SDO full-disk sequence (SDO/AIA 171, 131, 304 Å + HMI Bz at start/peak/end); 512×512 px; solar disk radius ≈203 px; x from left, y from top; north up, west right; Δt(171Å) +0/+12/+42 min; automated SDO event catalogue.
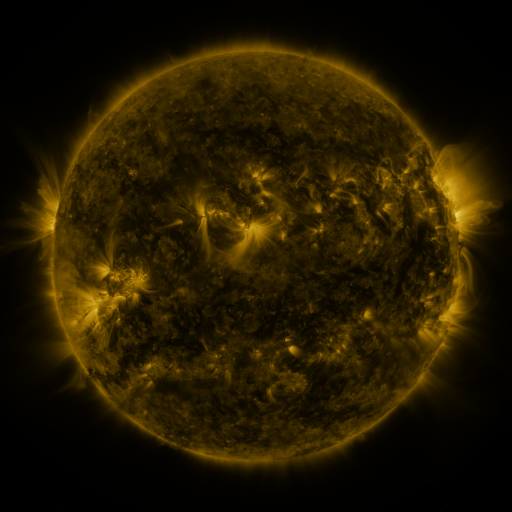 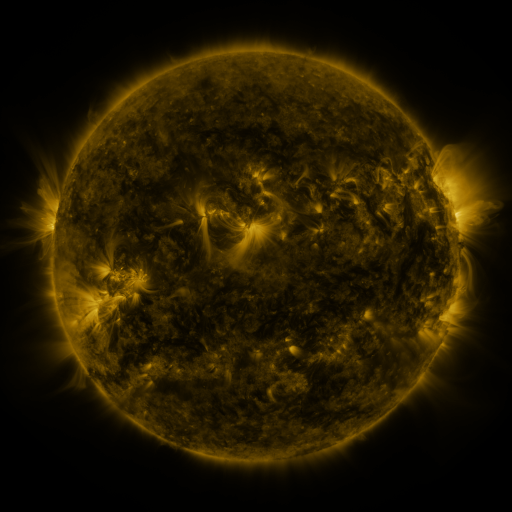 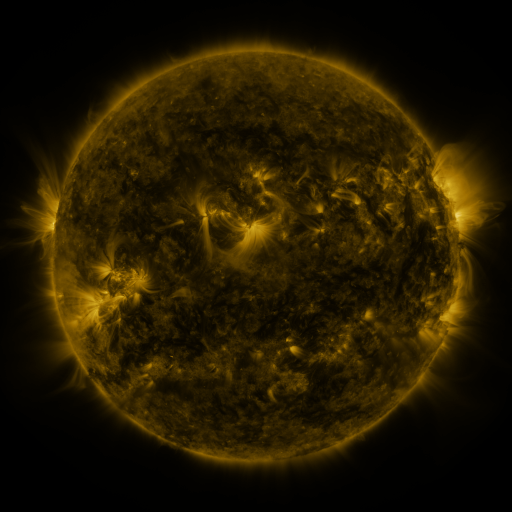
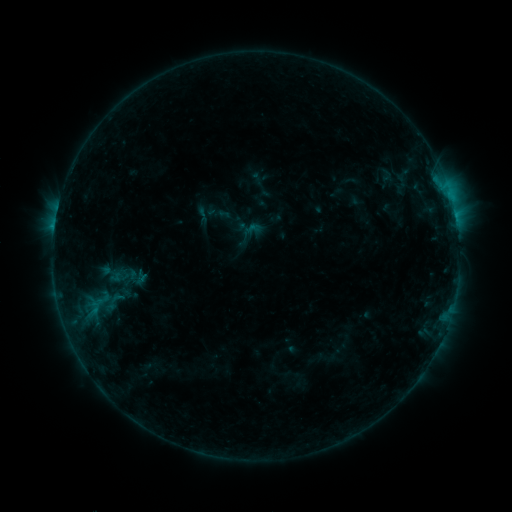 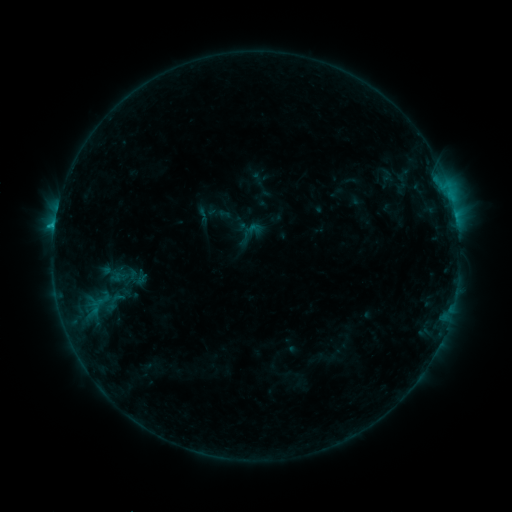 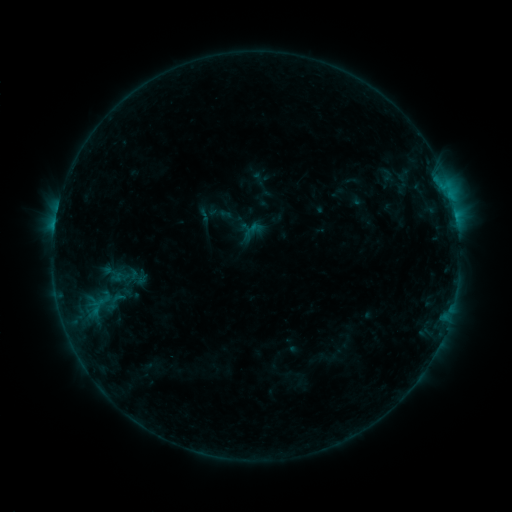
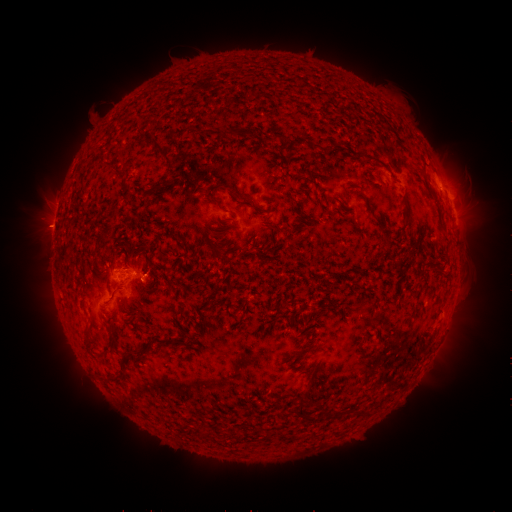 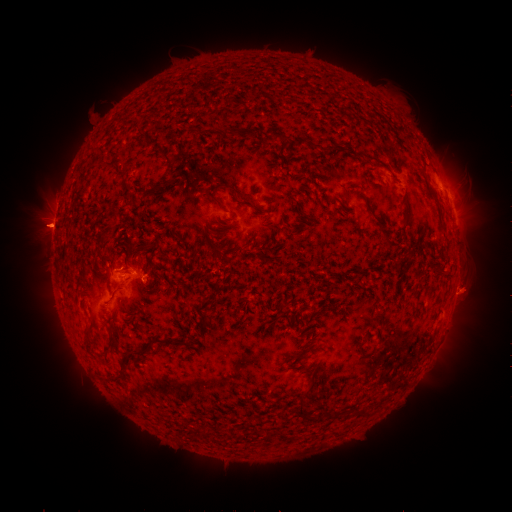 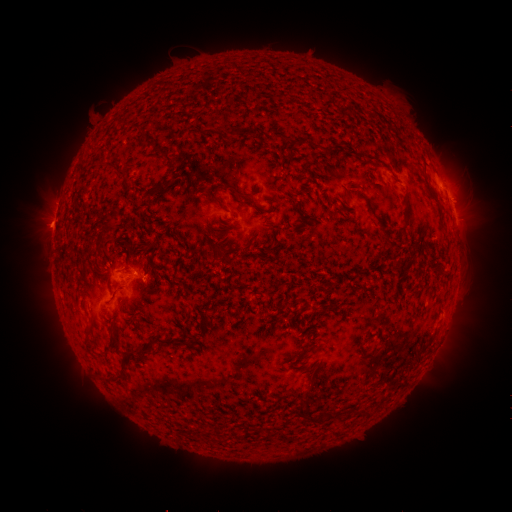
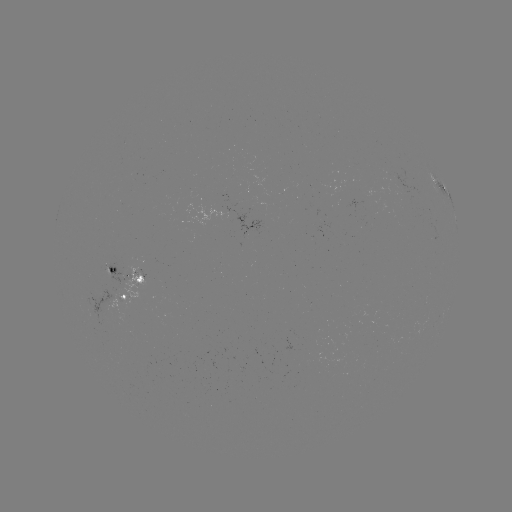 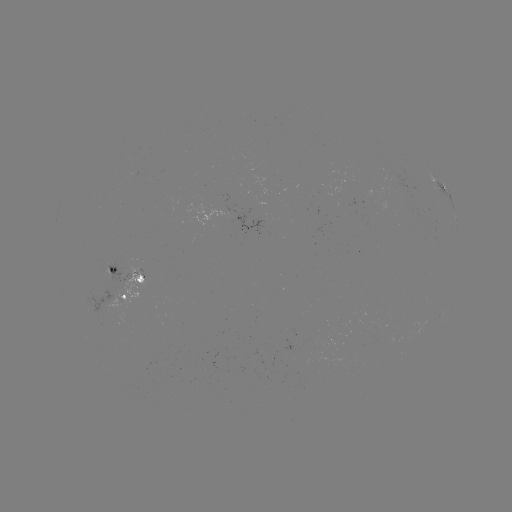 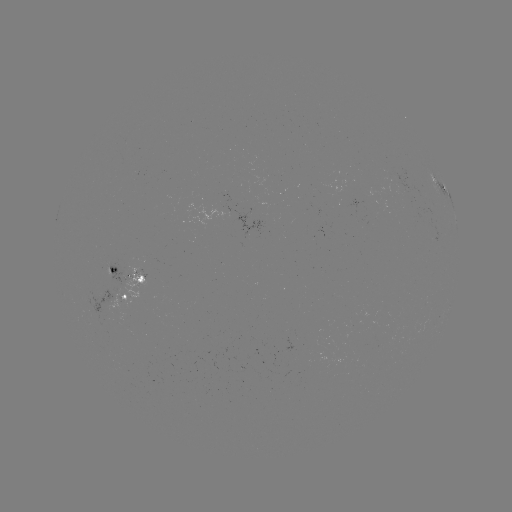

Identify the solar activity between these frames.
B8.1 flare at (54, 227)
